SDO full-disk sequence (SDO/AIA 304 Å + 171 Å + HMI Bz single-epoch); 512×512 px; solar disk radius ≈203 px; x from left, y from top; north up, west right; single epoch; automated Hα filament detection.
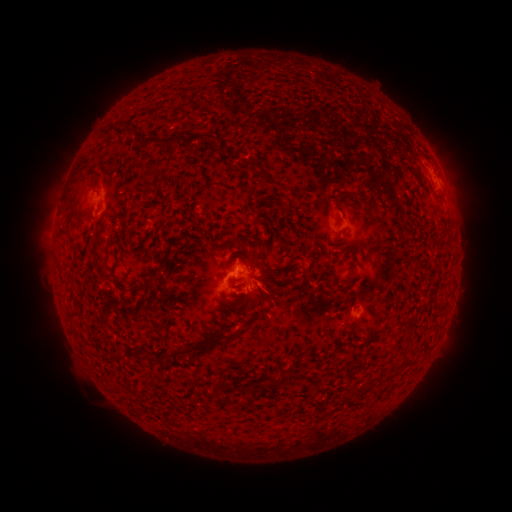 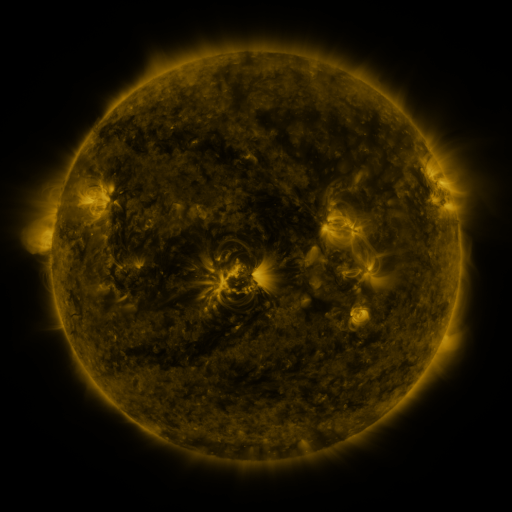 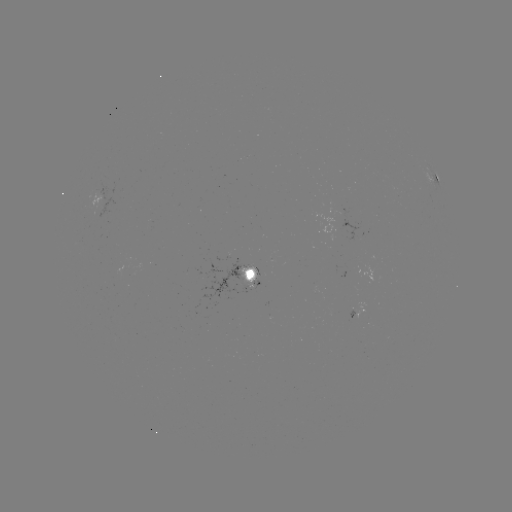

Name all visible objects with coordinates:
filament: (115, 124, 140, 137)
filament: (185, 131, 207, 150)
filament: (145, 134, 178, 148)
filament: (270, 178, 284, 188)
filament: (353, 192, 384, 247)
filament: (77, 213, 85, 223)
filament: (331, 276, 345, 292)
filament: (114, 277, 158, 290)
filament: (255, 284, 266, 300)
filament: (241, 292, 253, 303)
filament: (67, 309, 81, 319)
filament: (225, 331, 237, 338)
filament: (174, 341, 198, 354)
filament: (276, 373, 288, 386)
